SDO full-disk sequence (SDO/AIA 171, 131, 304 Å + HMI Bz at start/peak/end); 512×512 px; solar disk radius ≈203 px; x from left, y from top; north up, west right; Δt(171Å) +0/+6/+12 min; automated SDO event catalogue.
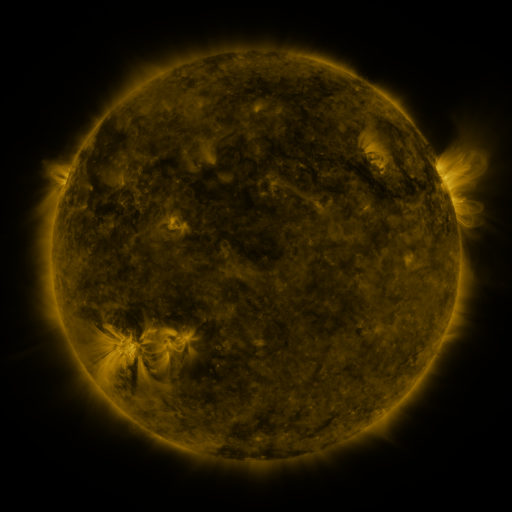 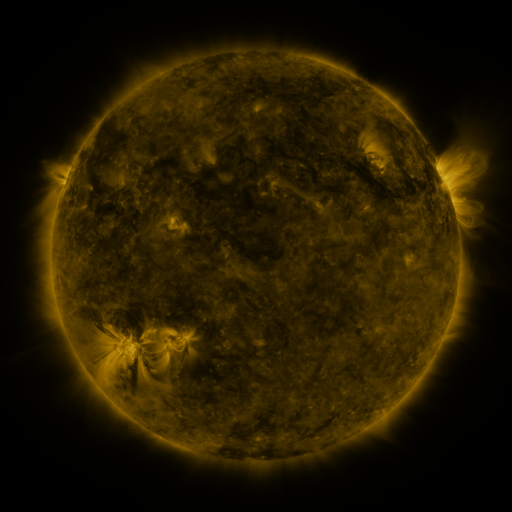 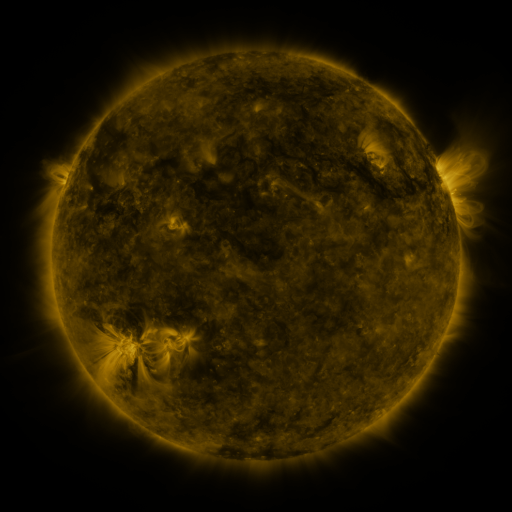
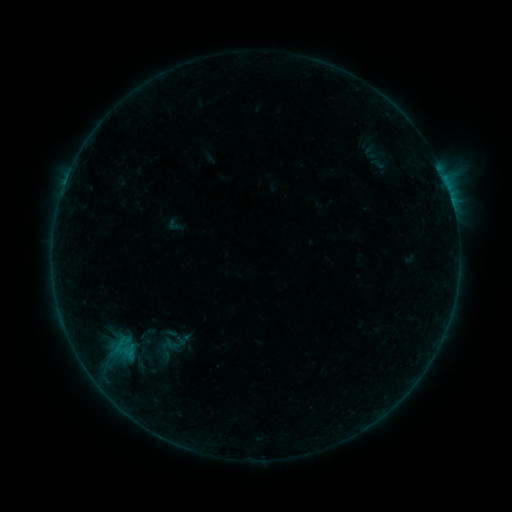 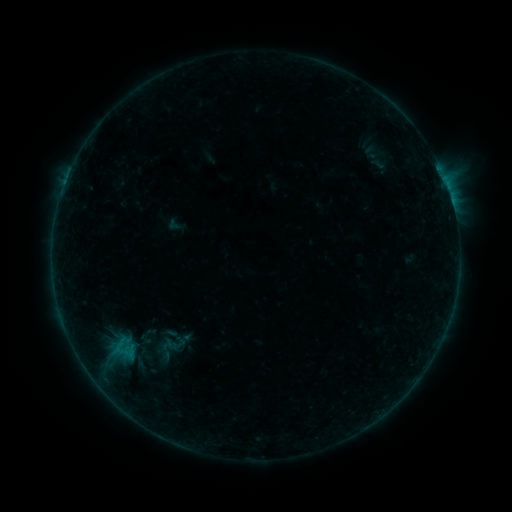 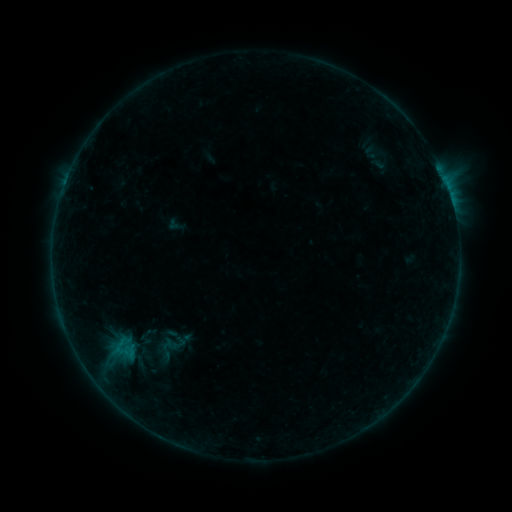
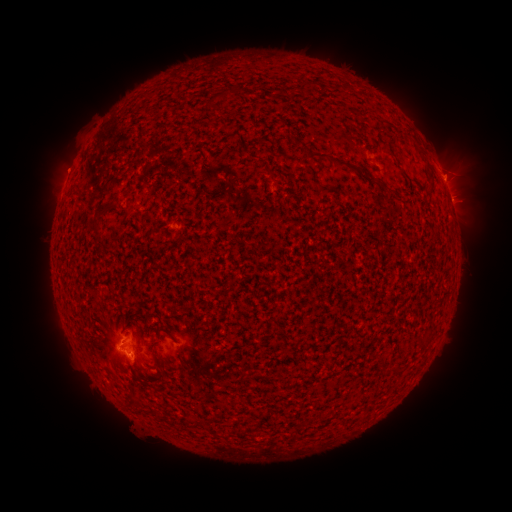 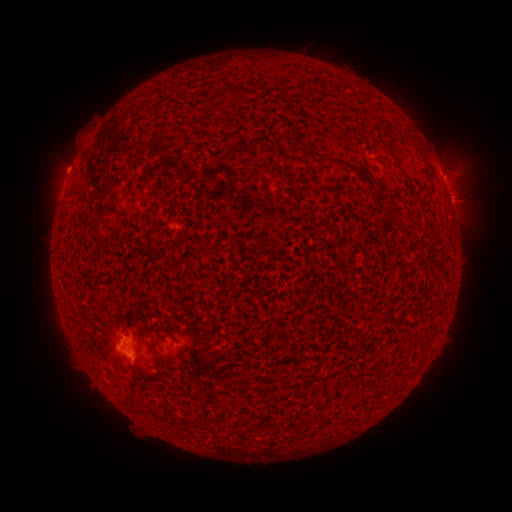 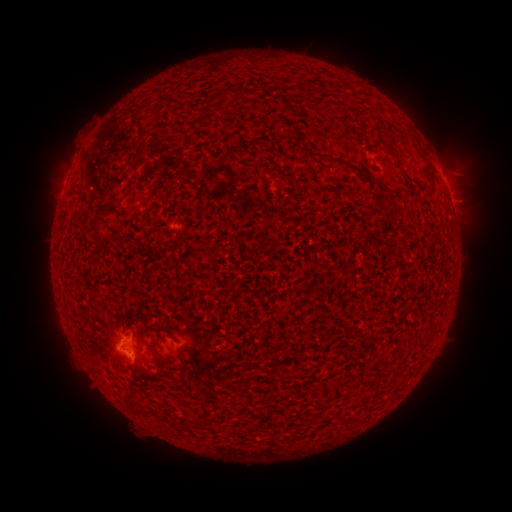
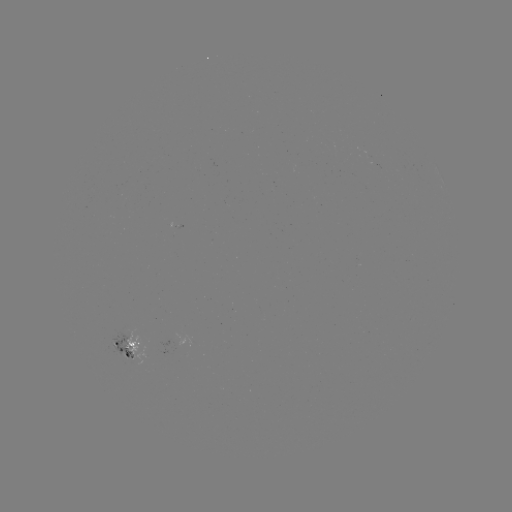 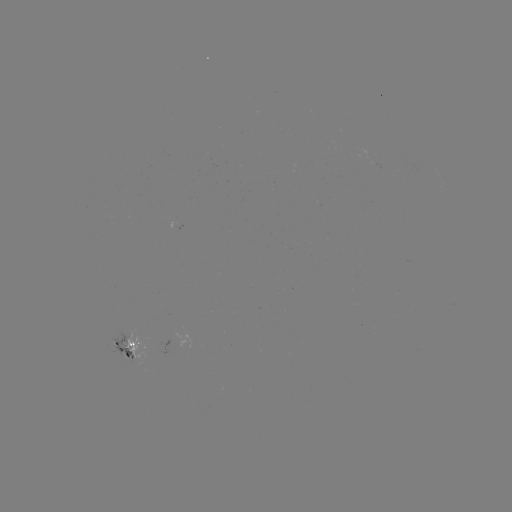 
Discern eruption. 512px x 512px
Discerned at (59, 163).